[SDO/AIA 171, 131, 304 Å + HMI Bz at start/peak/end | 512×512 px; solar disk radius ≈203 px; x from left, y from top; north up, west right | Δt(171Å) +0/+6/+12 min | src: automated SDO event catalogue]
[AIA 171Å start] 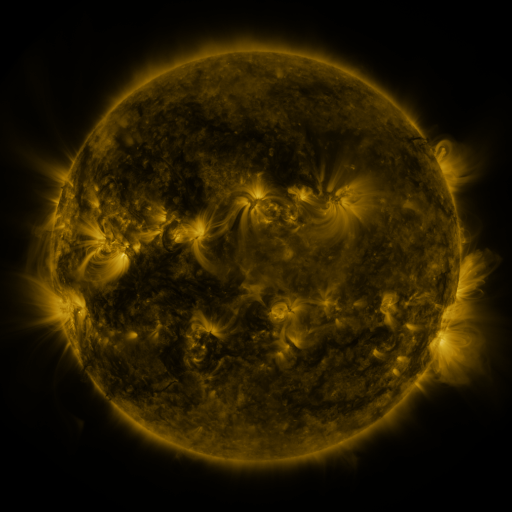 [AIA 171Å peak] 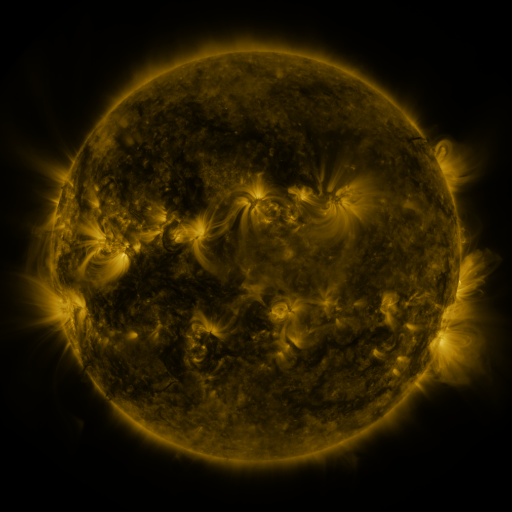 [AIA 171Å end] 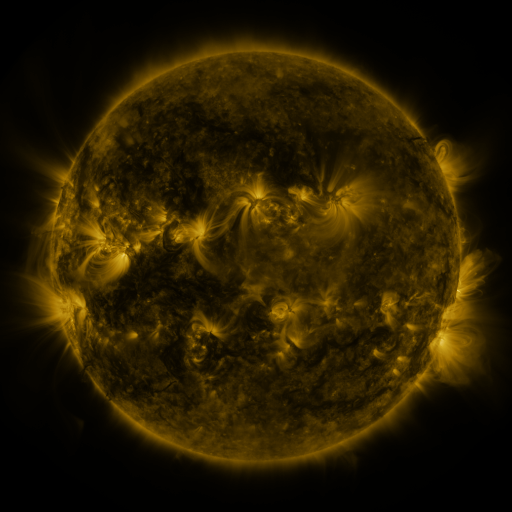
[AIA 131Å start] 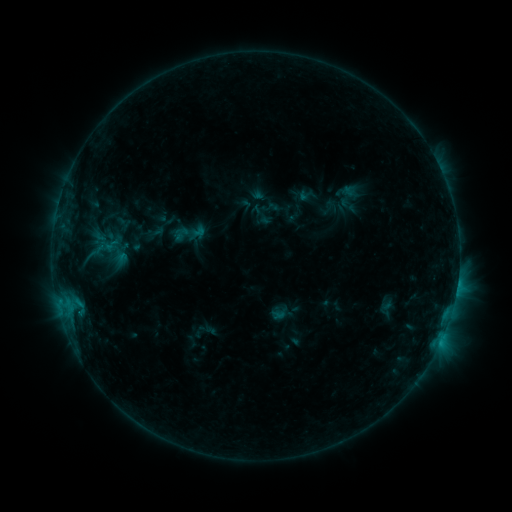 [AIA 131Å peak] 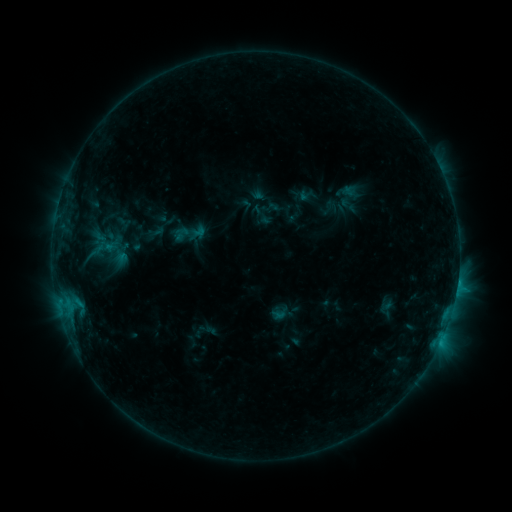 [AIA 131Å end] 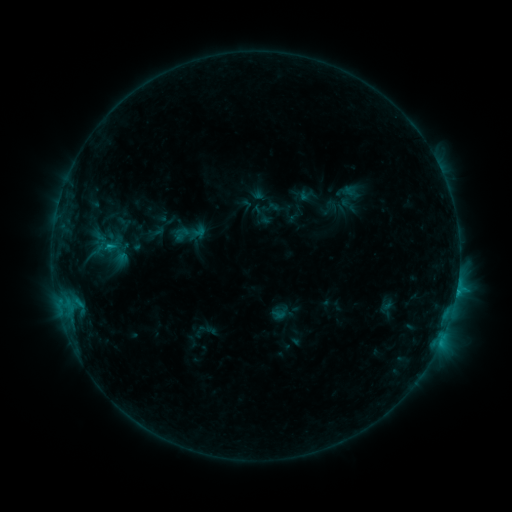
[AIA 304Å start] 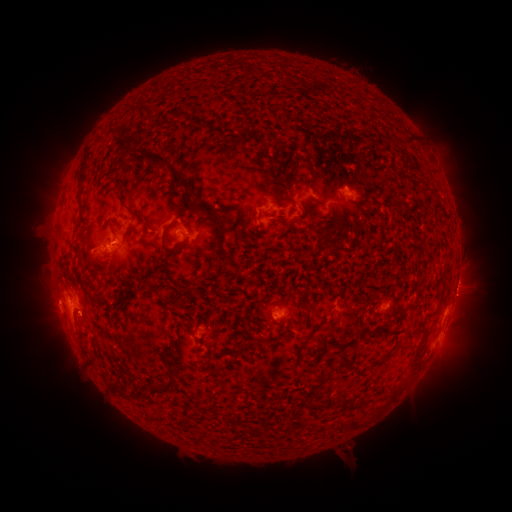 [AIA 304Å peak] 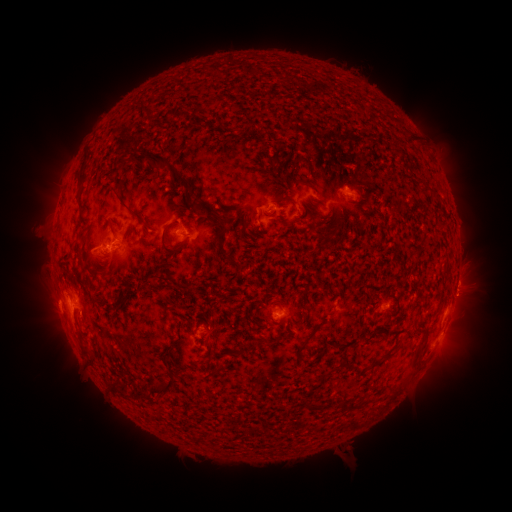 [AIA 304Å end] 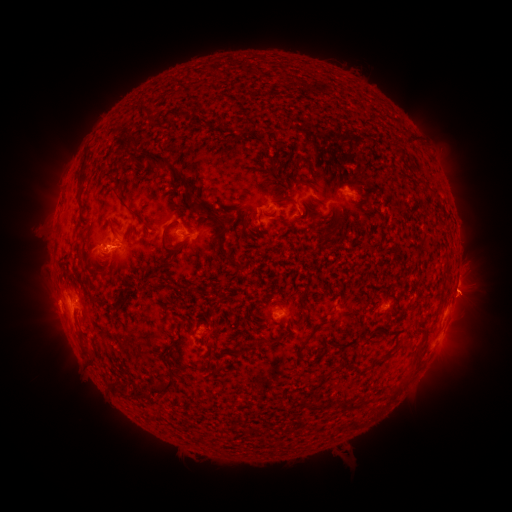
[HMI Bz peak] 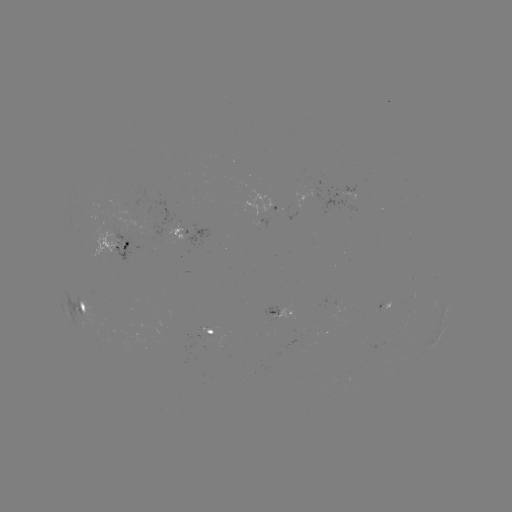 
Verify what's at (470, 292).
eruption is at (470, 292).